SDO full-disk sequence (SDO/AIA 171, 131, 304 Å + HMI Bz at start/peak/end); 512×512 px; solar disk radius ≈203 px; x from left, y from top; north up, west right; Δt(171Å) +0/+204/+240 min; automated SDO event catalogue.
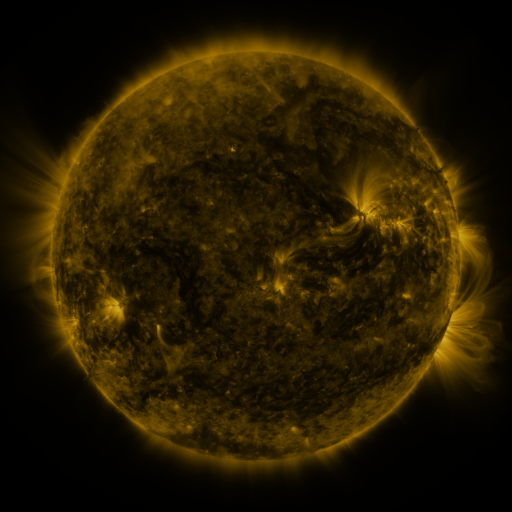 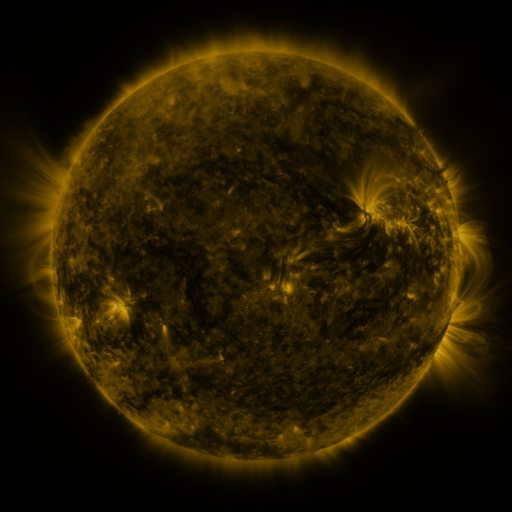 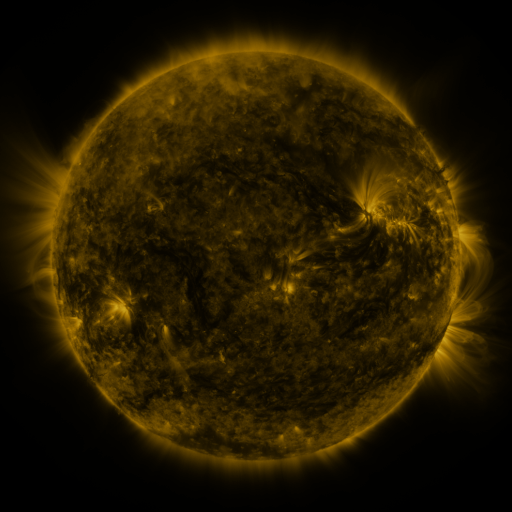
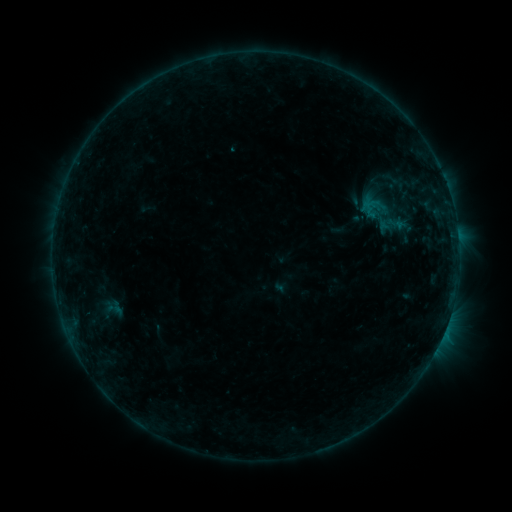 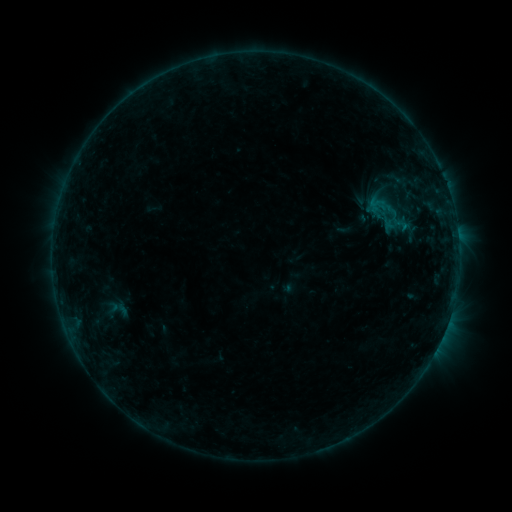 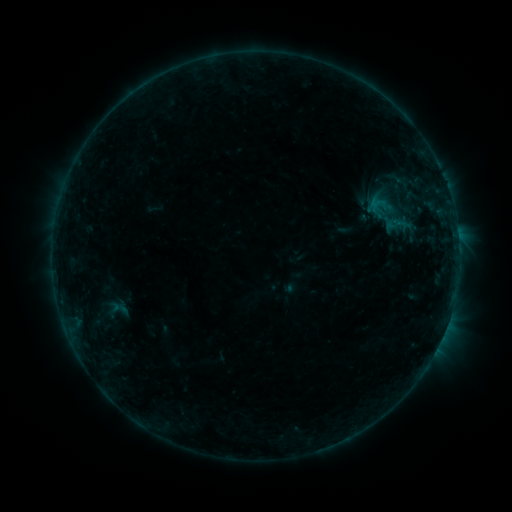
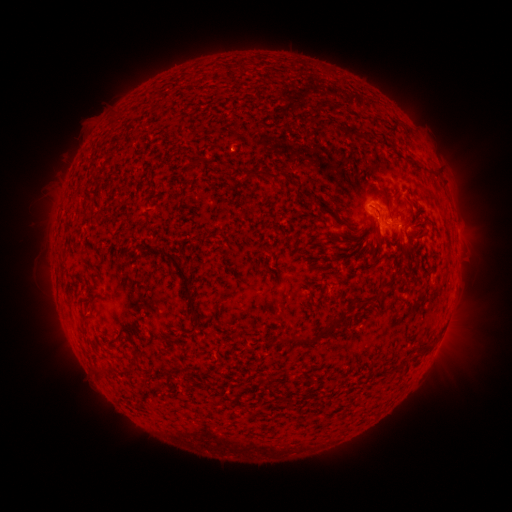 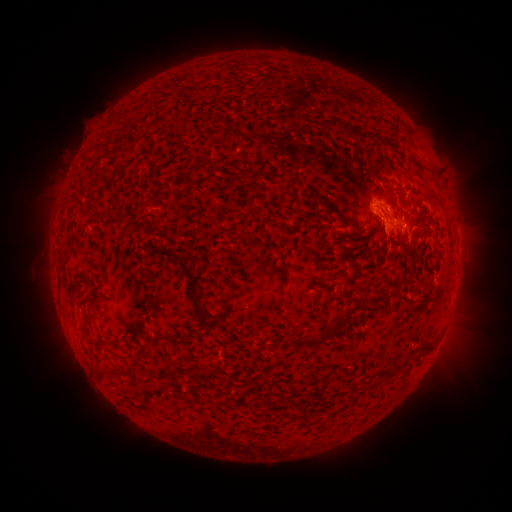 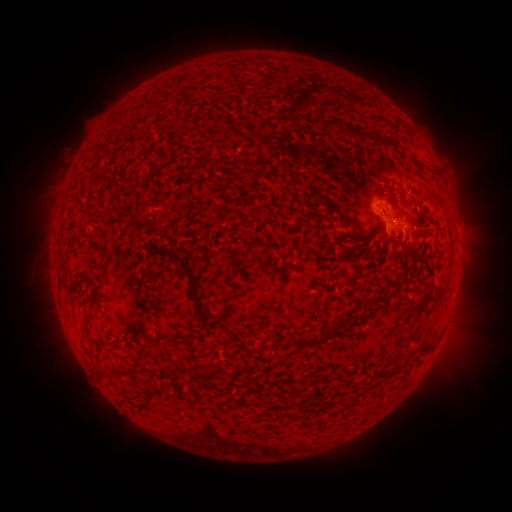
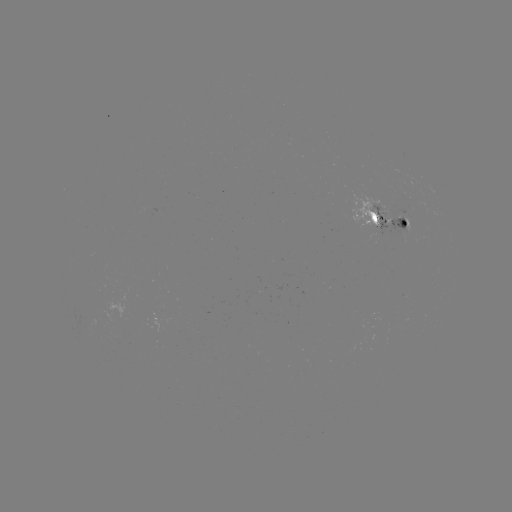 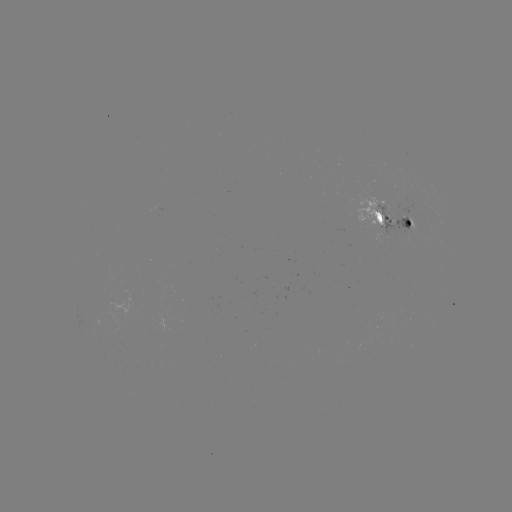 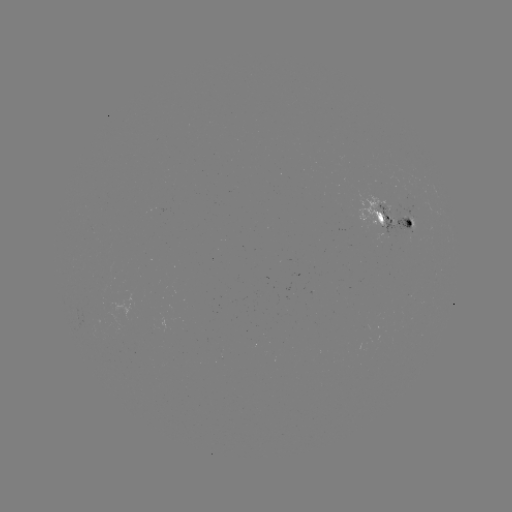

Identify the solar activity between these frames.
emerging-flux region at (393, 214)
